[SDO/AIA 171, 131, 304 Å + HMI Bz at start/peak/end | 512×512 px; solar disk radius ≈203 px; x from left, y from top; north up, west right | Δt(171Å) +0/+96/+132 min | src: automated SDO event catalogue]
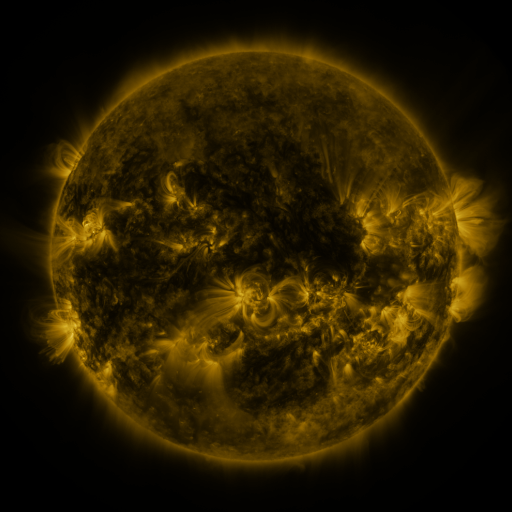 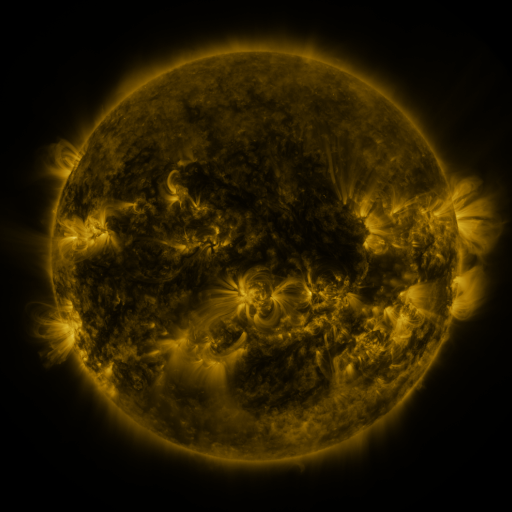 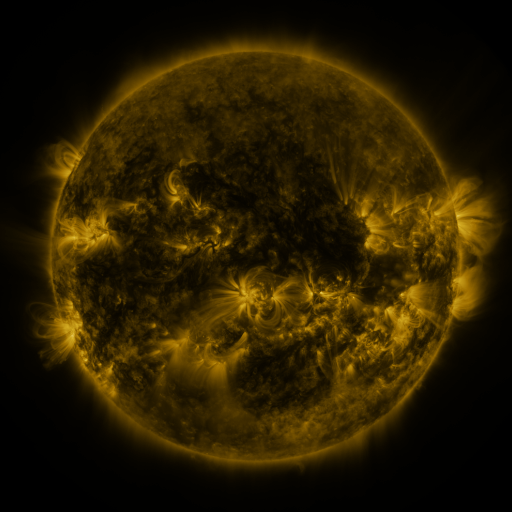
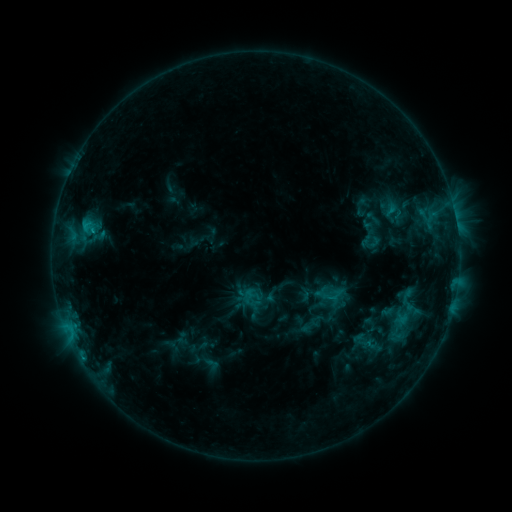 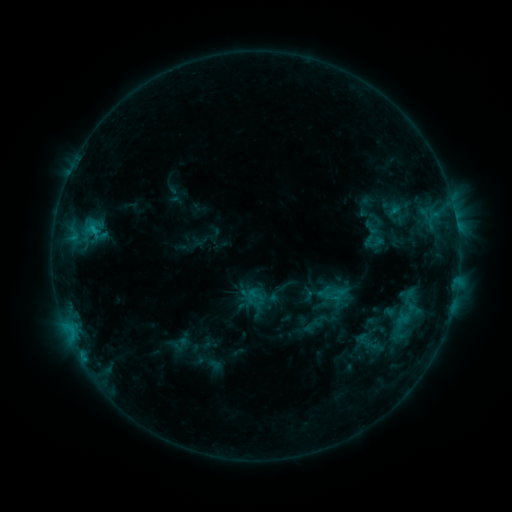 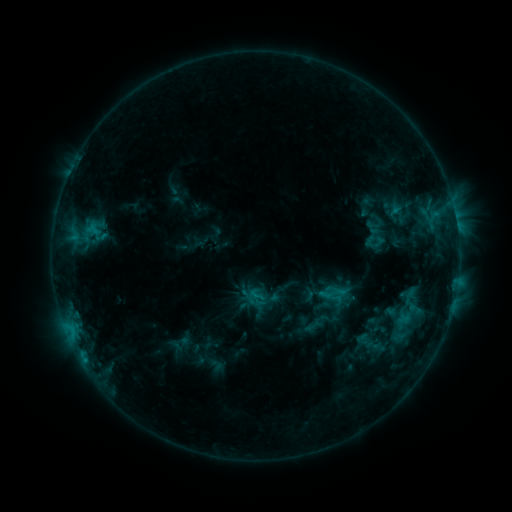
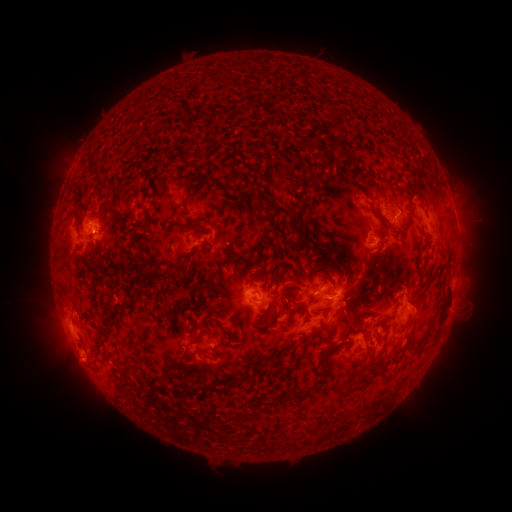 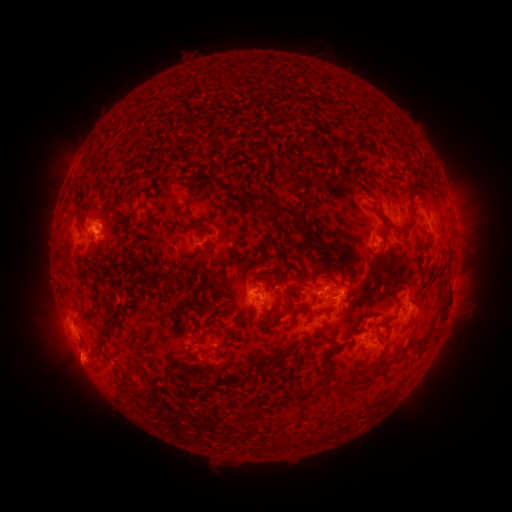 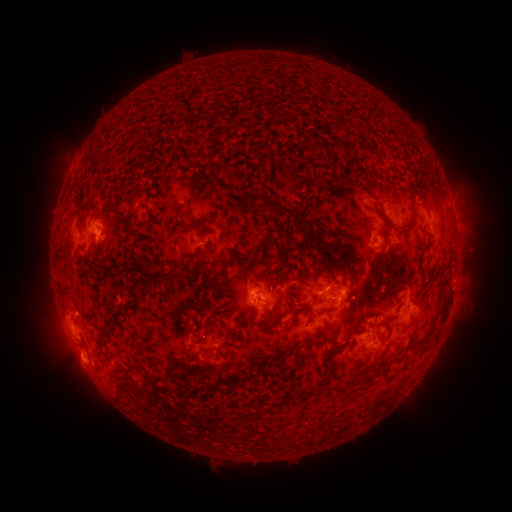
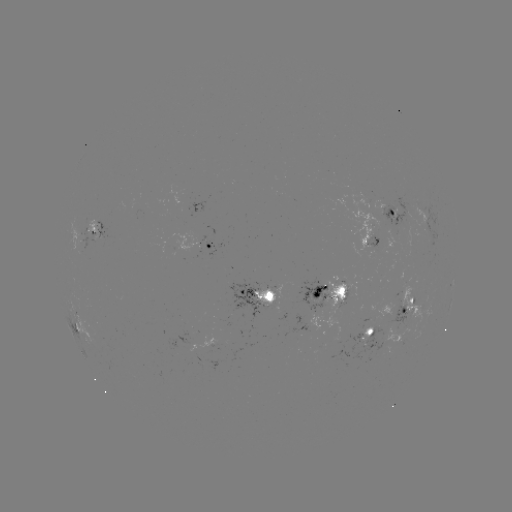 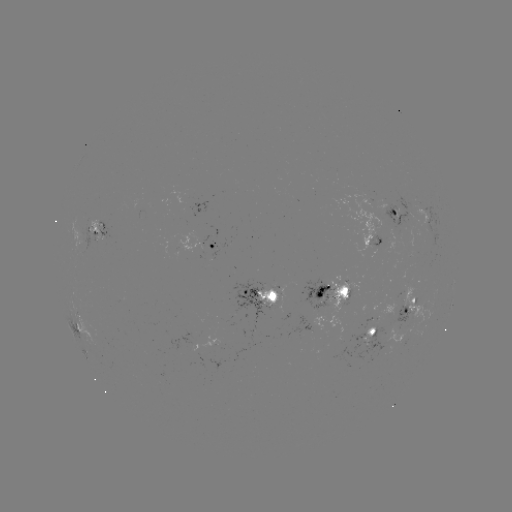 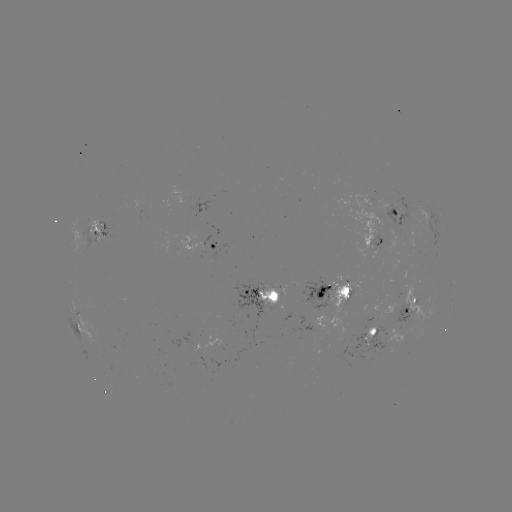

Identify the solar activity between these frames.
emerging-flux region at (338, 289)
